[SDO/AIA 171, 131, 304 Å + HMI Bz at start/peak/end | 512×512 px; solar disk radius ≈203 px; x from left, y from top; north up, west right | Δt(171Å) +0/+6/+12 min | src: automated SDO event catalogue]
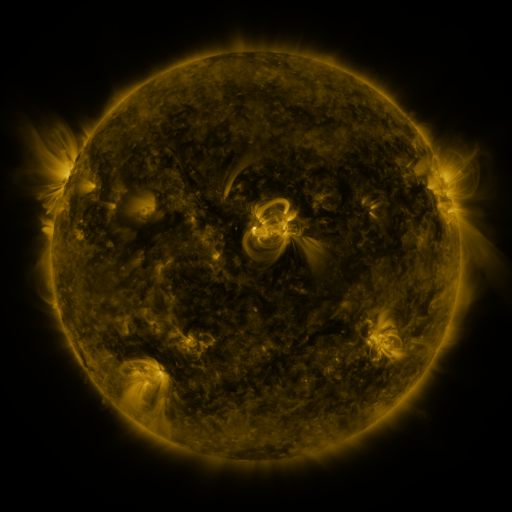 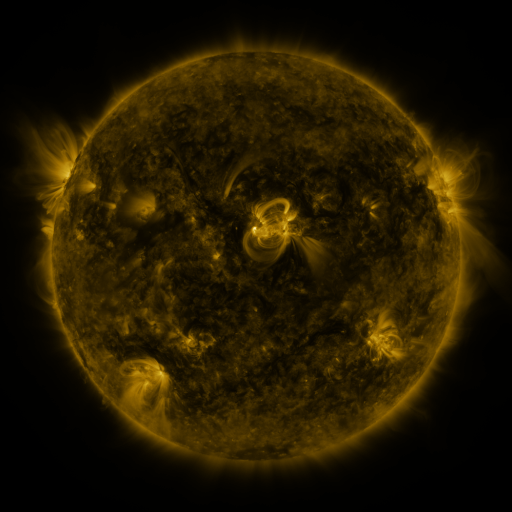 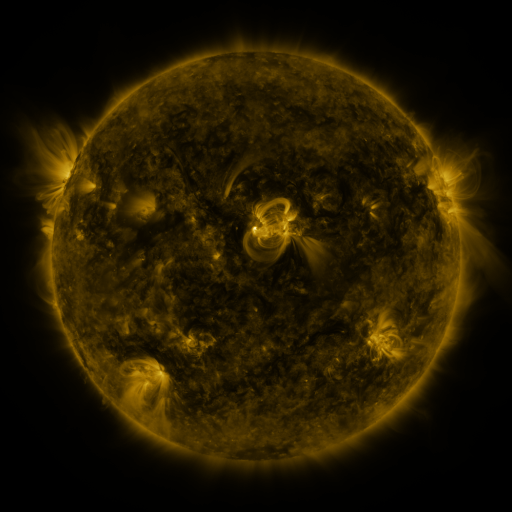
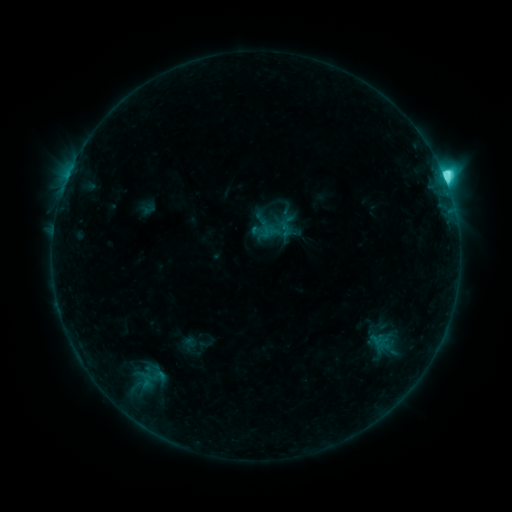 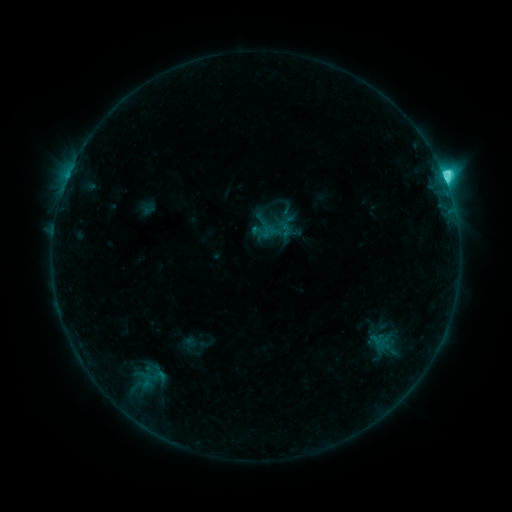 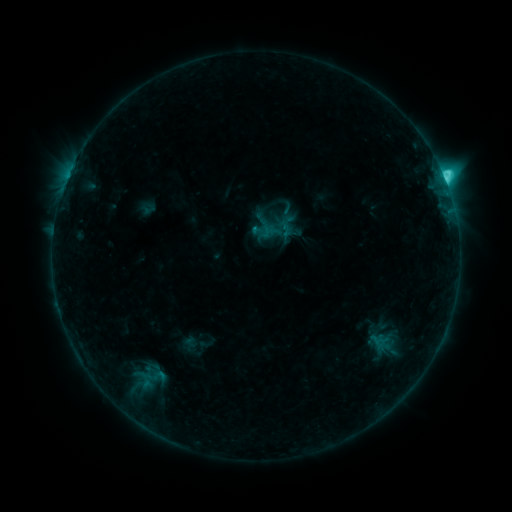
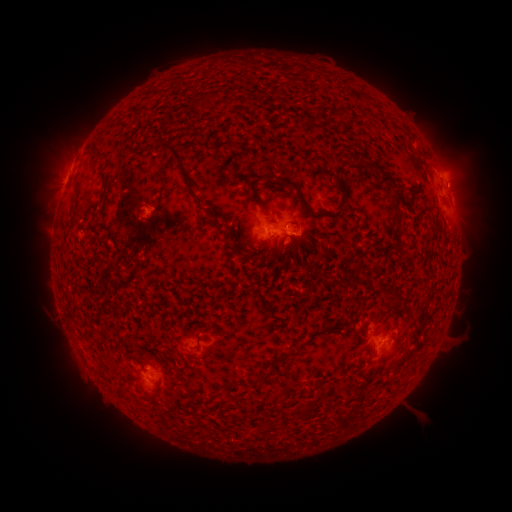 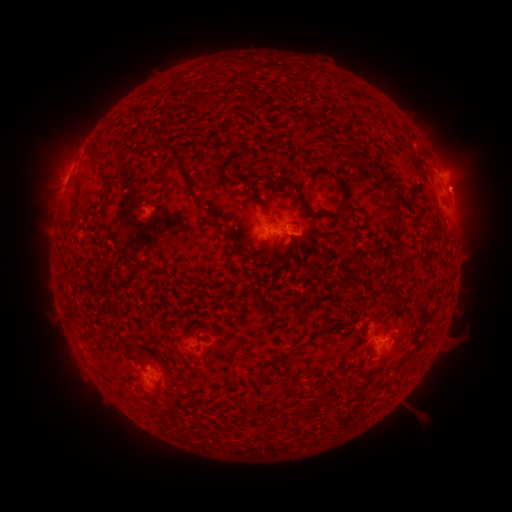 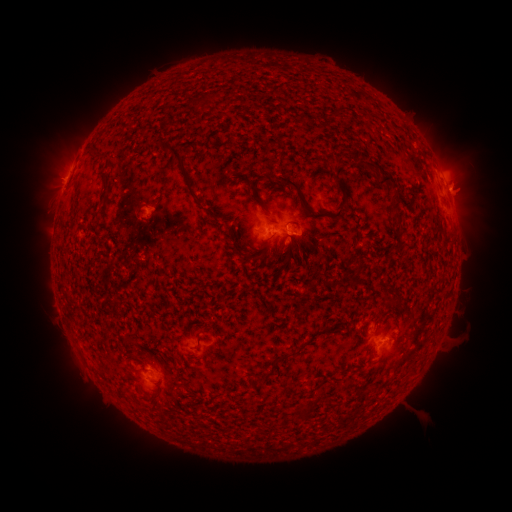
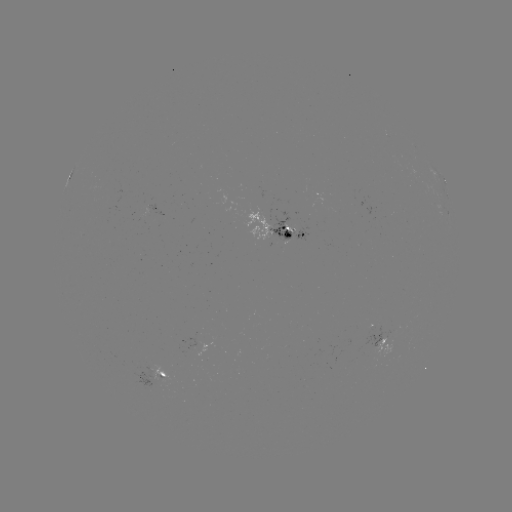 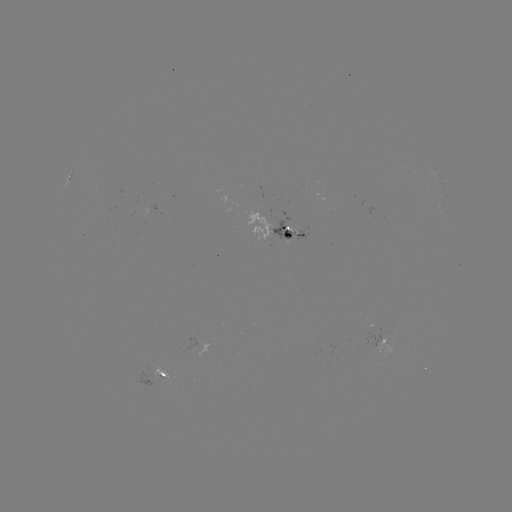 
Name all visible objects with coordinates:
eruption: (465, 186)
